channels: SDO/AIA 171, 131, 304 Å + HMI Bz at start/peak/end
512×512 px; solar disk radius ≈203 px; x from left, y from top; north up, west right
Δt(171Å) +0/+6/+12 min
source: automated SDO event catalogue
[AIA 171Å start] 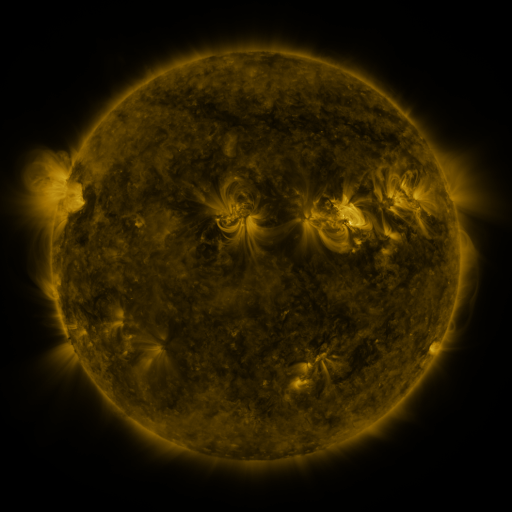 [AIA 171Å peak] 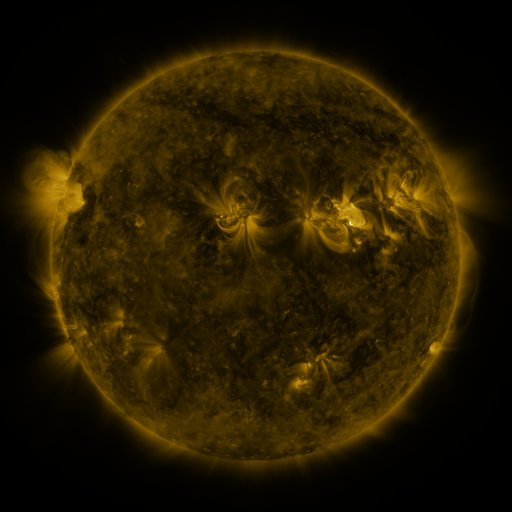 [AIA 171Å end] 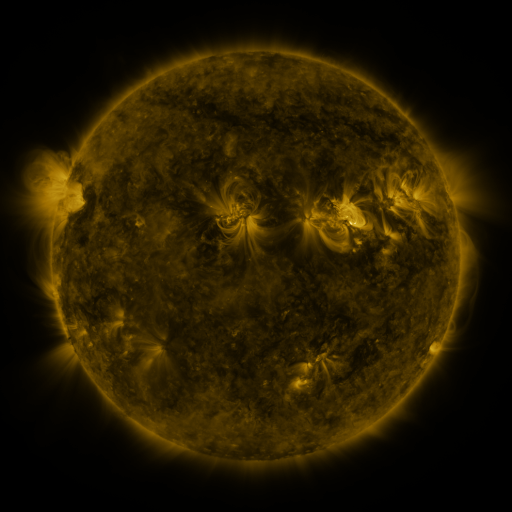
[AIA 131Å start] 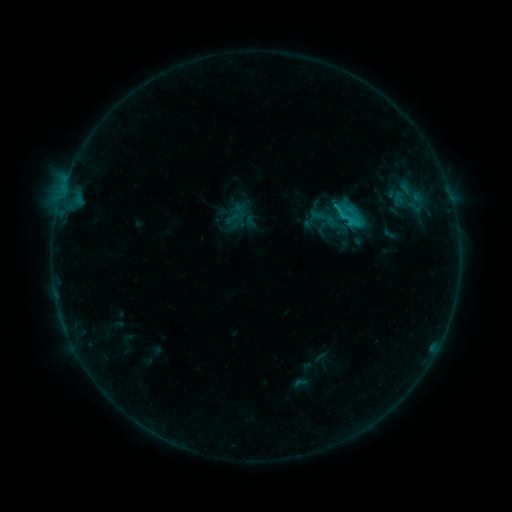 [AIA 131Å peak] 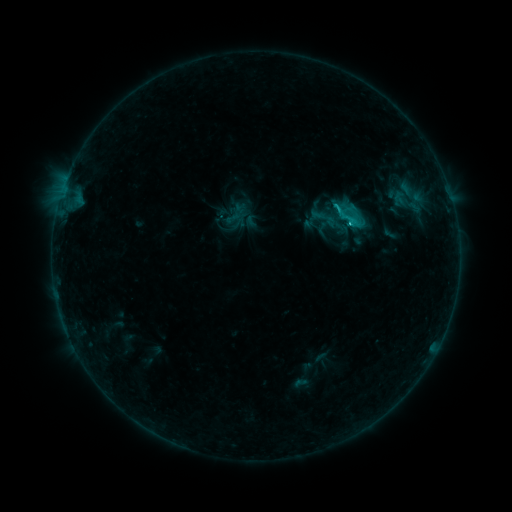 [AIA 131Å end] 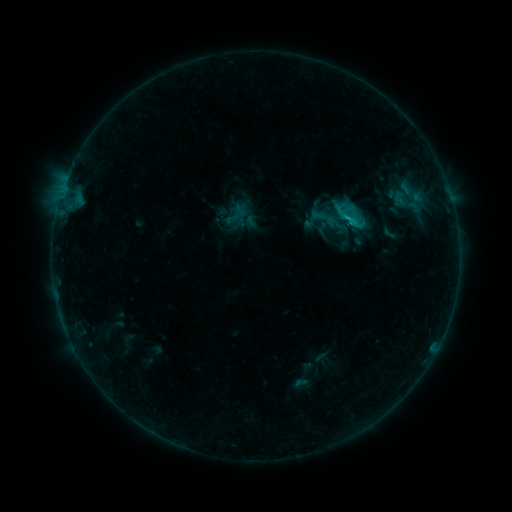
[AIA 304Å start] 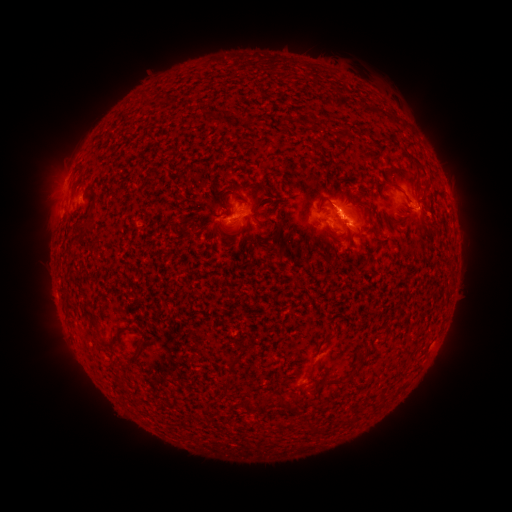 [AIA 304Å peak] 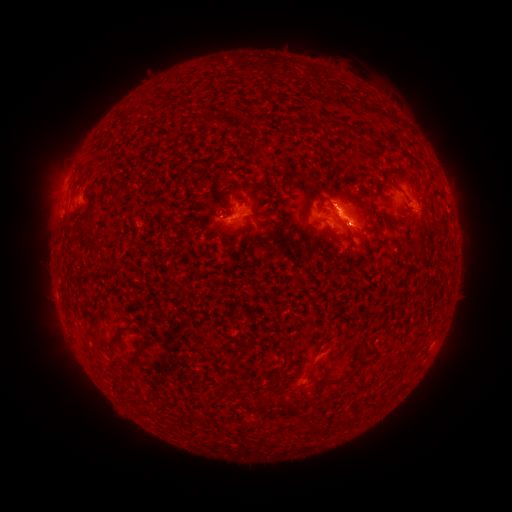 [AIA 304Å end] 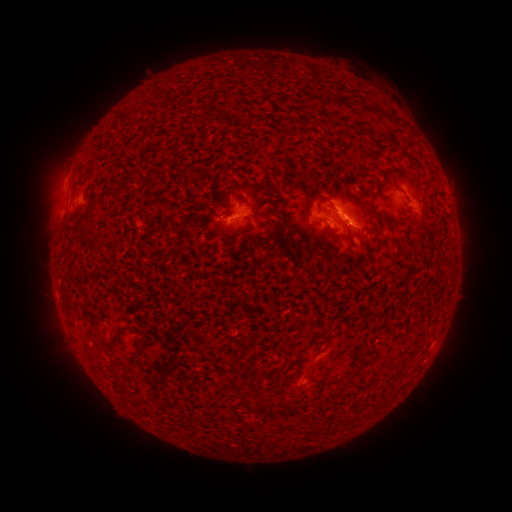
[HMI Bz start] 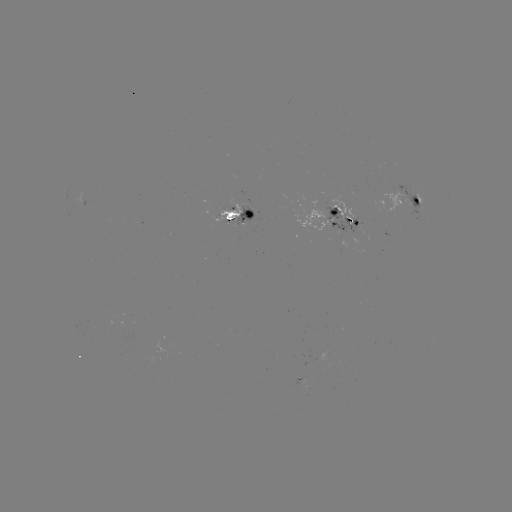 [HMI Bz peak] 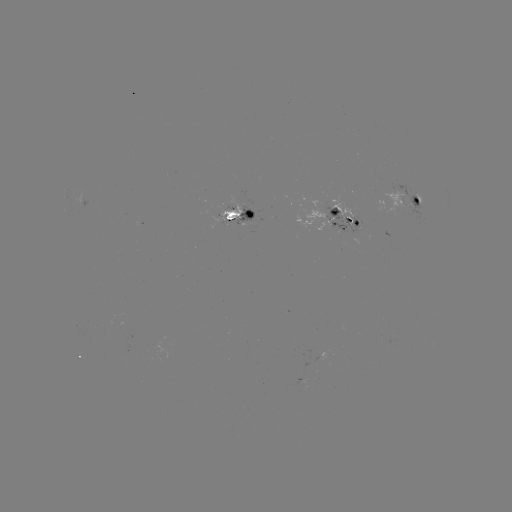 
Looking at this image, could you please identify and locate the C1.1 flare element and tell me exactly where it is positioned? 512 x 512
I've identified C1.1 flare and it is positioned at (334, 208).